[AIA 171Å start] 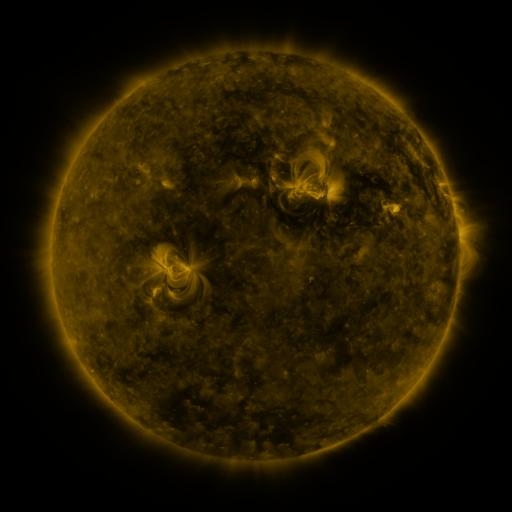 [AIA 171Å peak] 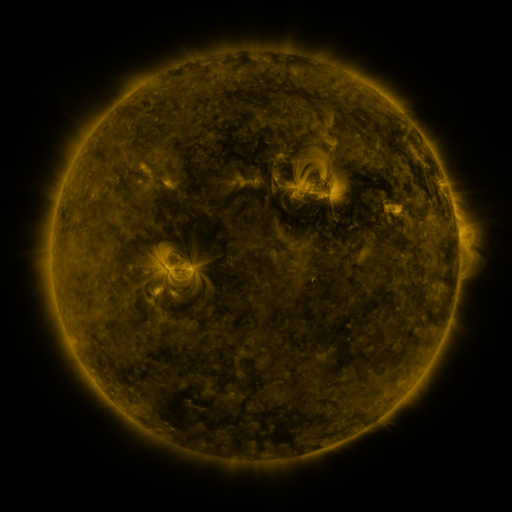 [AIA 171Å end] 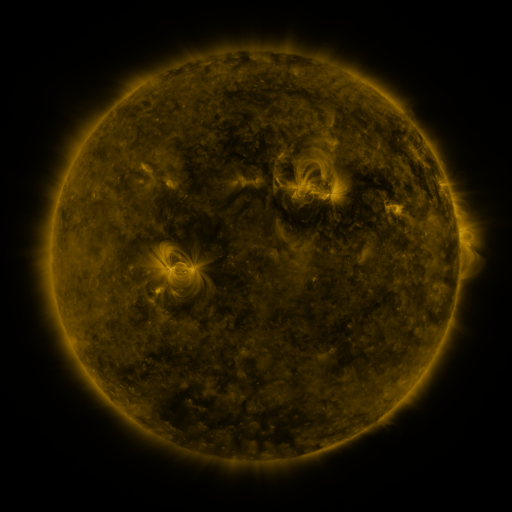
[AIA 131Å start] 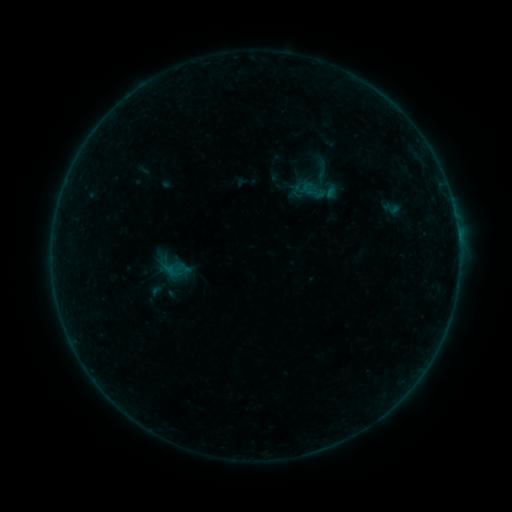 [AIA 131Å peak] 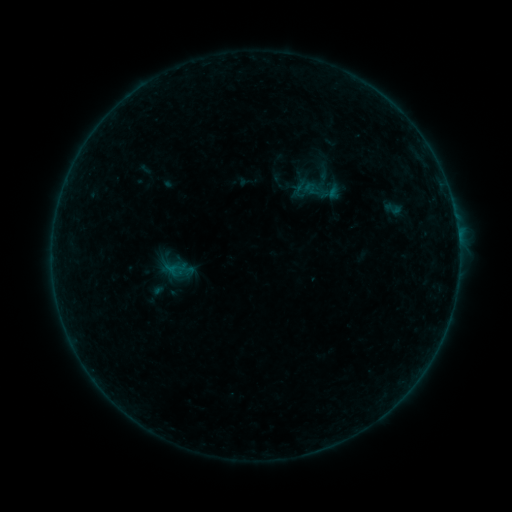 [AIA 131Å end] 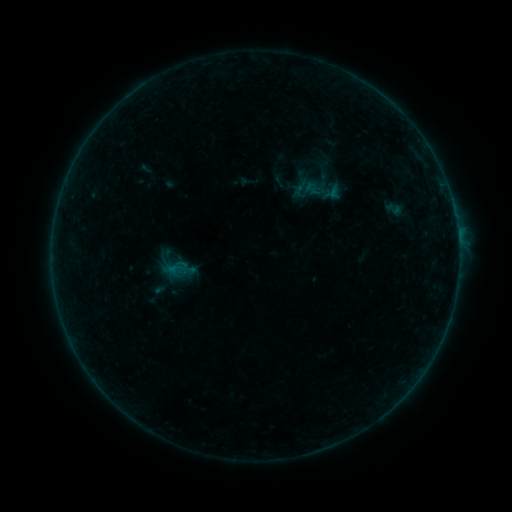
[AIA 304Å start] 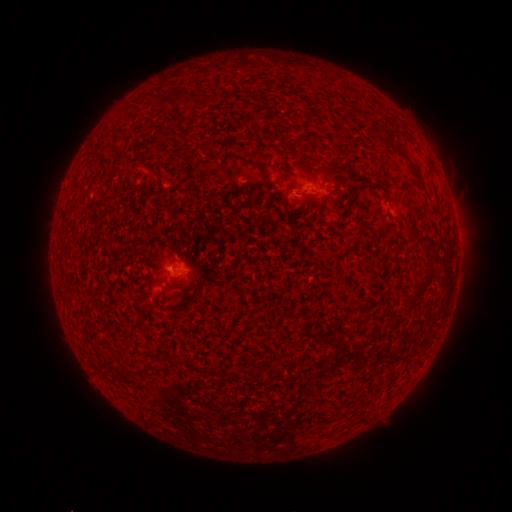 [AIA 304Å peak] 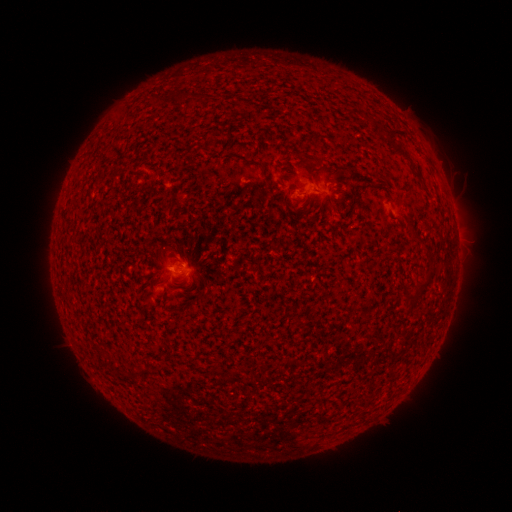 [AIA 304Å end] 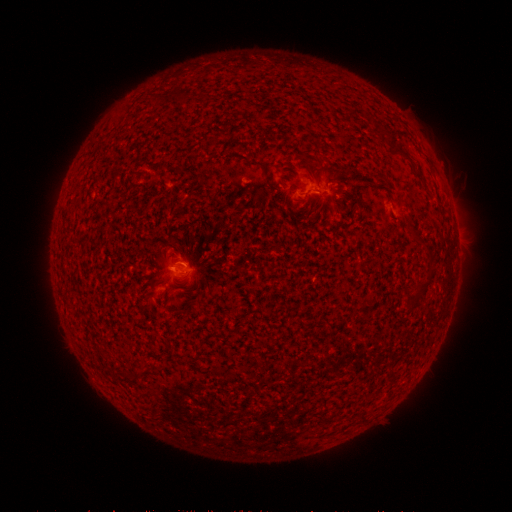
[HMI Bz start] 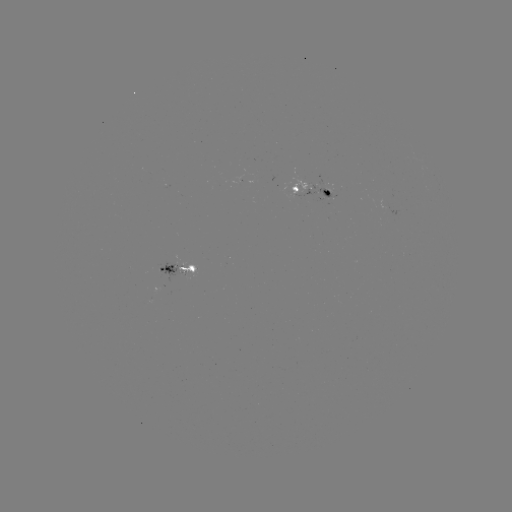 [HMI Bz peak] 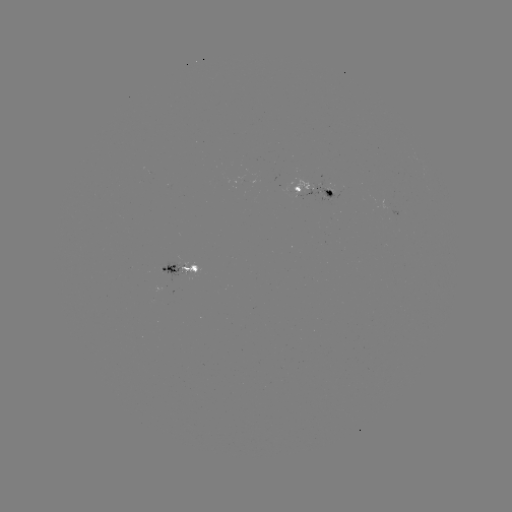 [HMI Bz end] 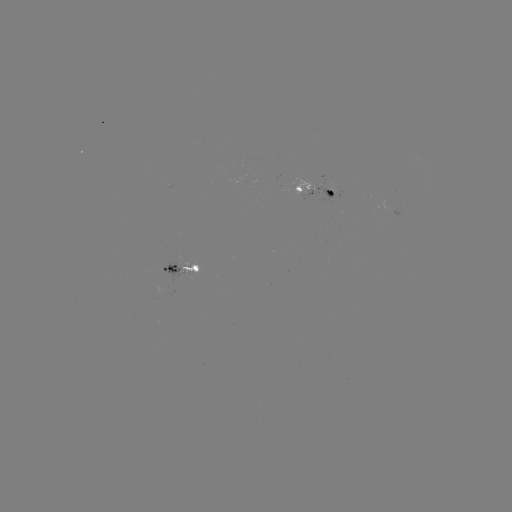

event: emerging-flux region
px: (324, 188)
